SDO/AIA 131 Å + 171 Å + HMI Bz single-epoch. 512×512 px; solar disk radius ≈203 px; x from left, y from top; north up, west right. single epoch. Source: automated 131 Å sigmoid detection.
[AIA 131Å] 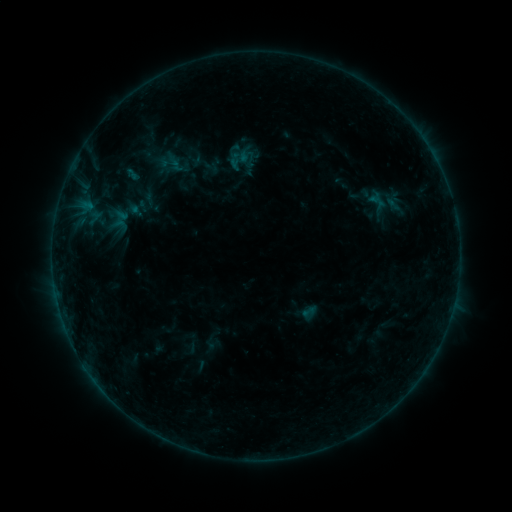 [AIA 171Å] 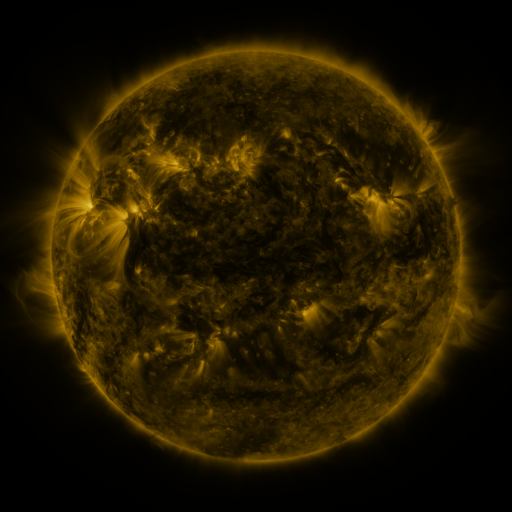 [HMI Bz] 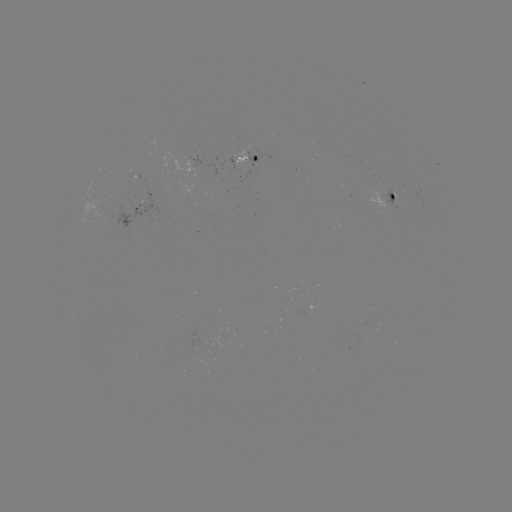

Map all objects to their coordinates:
sigmoid: (240, 155)
sigmoid: (169, 163)
sigmoid: (117, 216)
